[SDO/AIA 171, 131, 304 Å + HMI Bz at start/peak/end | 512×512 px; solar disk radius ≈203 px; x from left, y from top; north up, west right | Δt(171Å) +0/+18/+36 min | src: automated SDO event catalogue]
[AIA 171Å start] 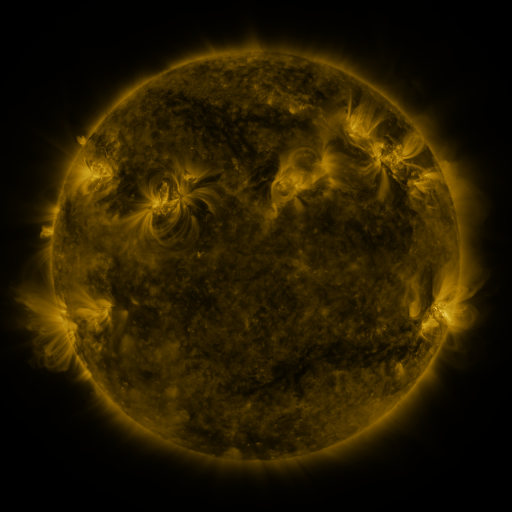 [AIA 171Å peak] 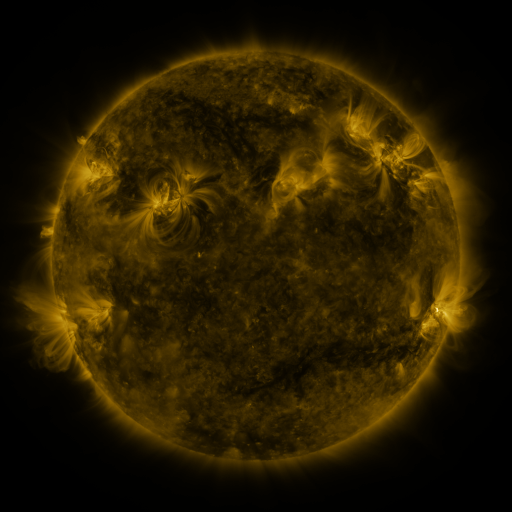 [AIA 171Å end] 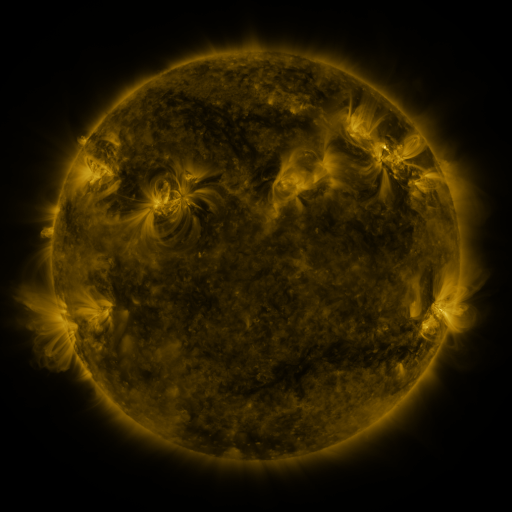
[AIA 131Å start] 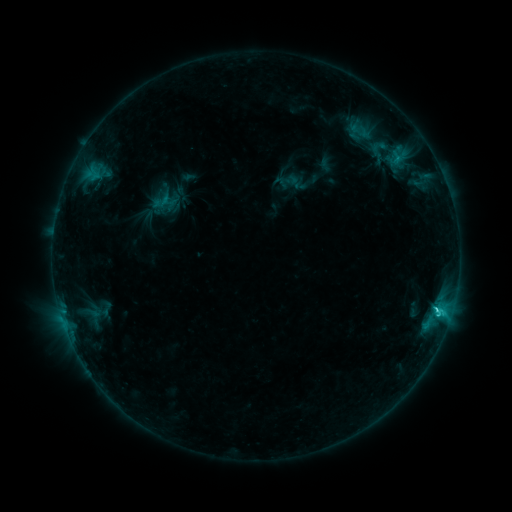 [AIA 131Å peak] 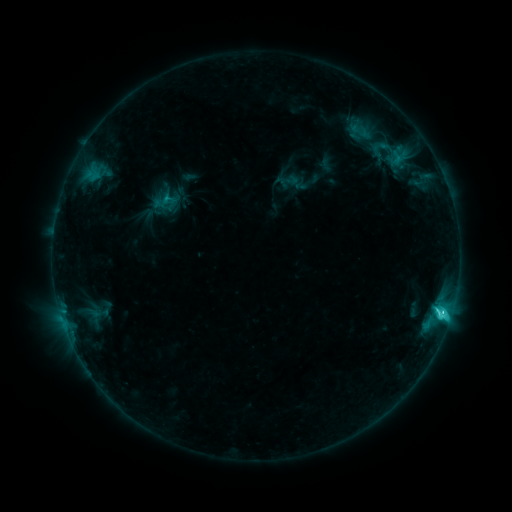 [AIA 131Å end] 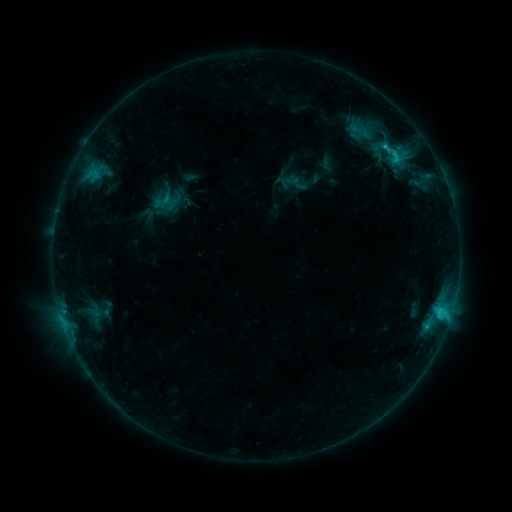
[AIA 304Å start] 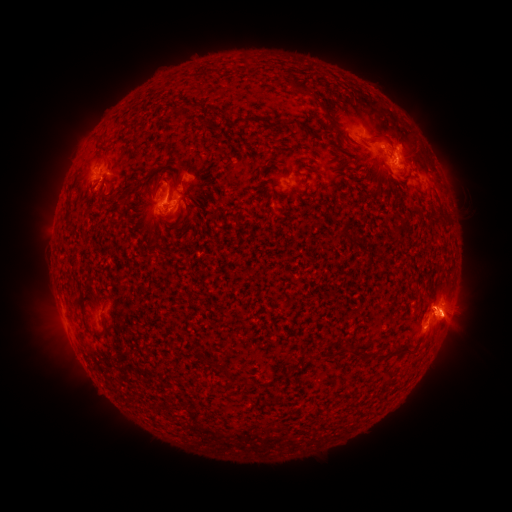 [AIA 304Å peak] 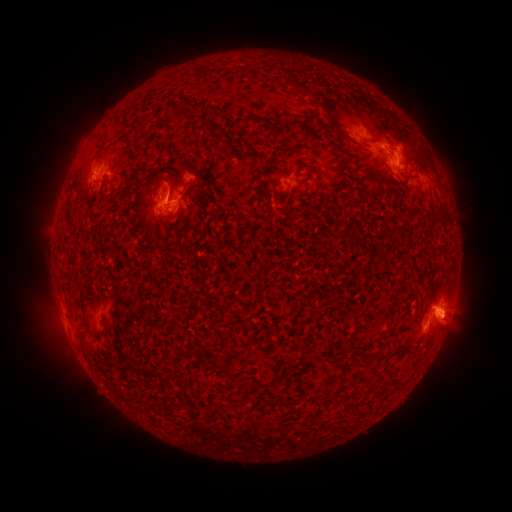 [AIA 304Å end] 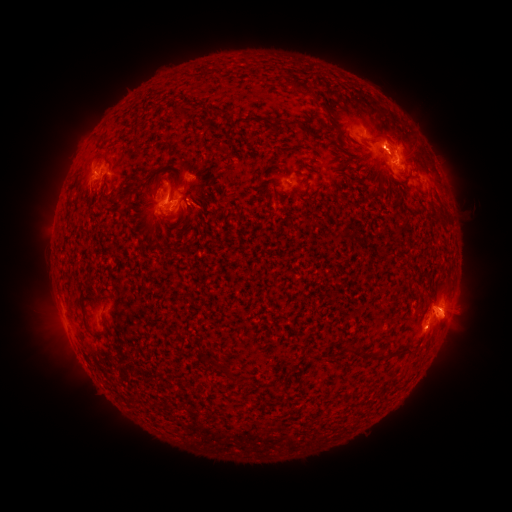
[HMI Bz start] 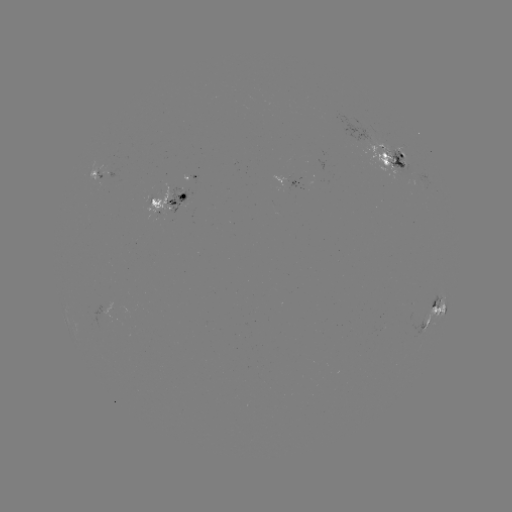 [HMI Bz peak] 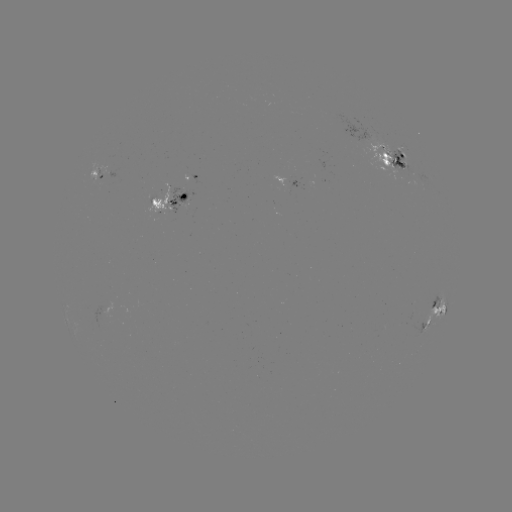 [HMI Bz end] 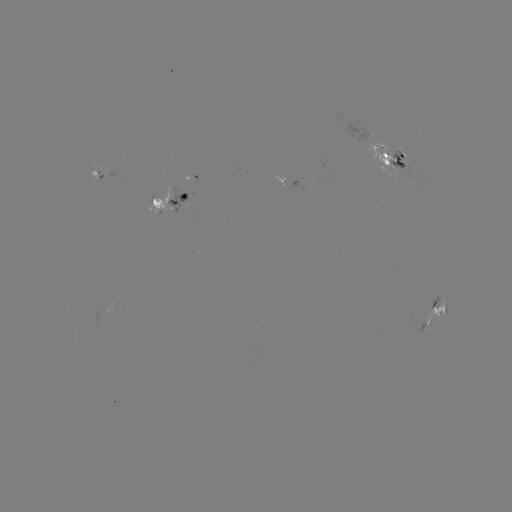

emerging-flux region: [383, 148, 415, 174]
